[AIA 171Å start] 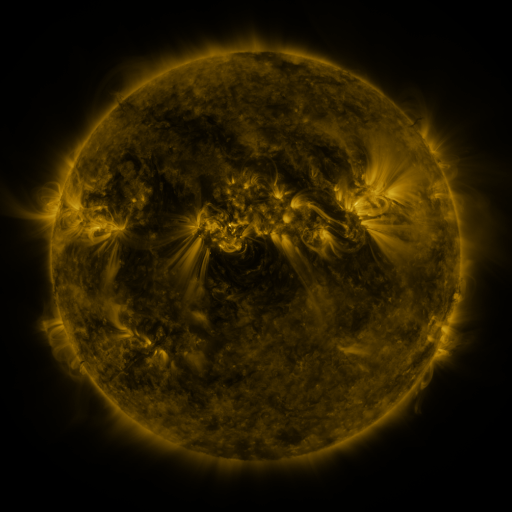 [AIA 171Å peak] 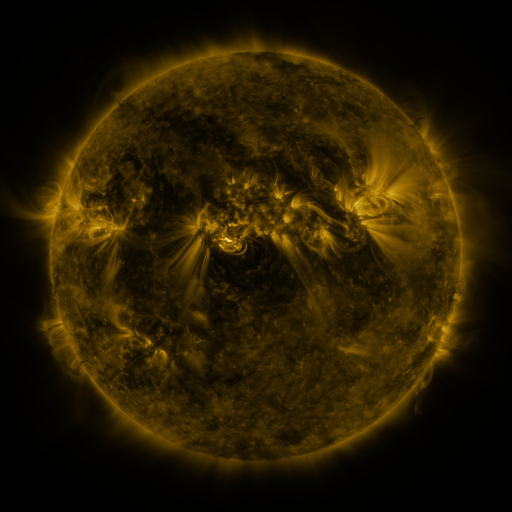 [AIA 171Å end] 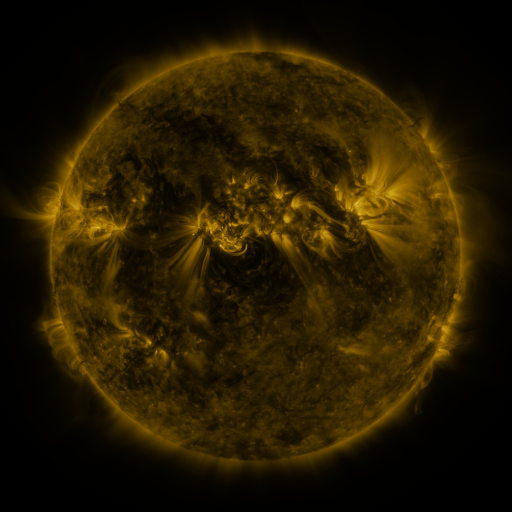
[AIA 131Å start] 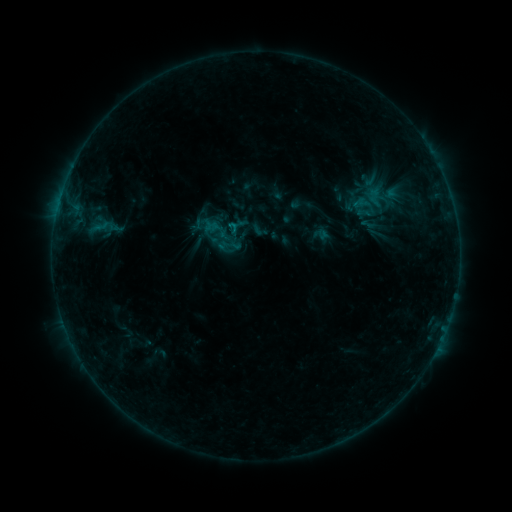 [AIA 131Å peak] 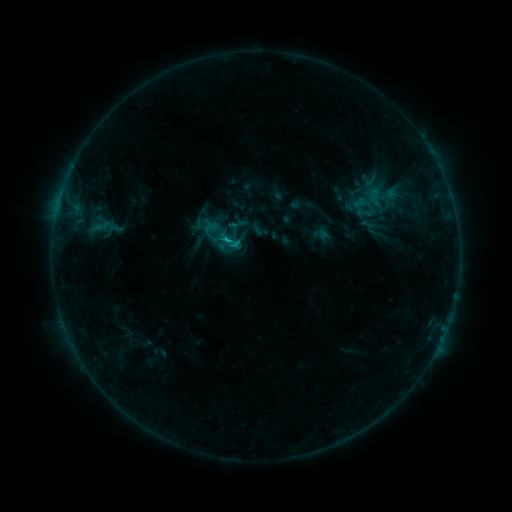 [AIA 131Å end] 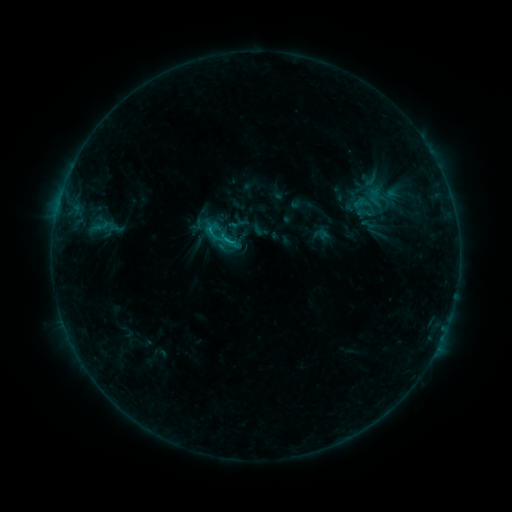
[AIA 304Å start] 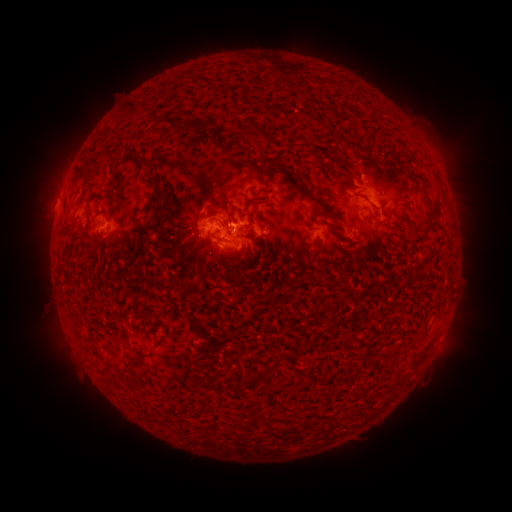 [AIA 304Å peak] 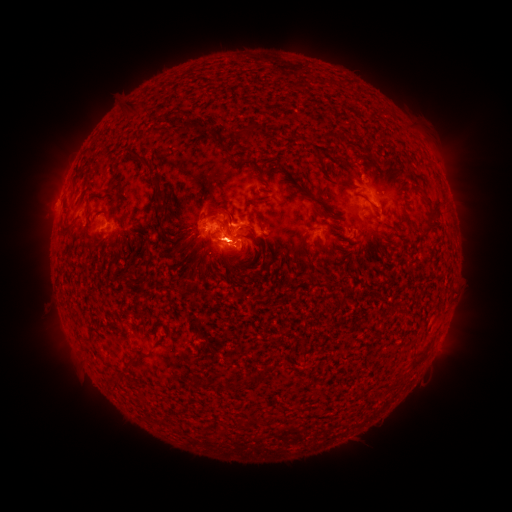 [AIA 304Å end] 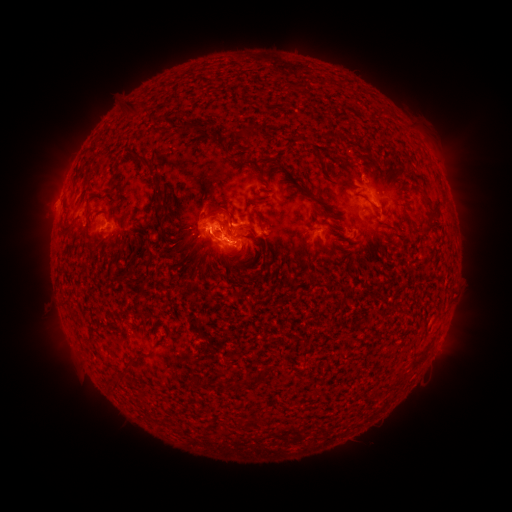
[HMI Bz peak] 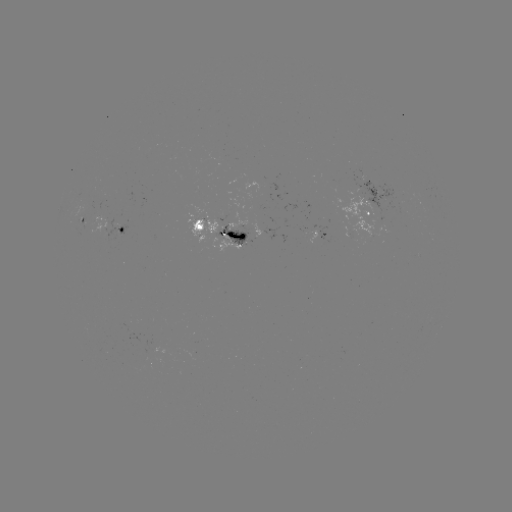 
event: flare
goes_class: C1.7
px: (235, 227)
